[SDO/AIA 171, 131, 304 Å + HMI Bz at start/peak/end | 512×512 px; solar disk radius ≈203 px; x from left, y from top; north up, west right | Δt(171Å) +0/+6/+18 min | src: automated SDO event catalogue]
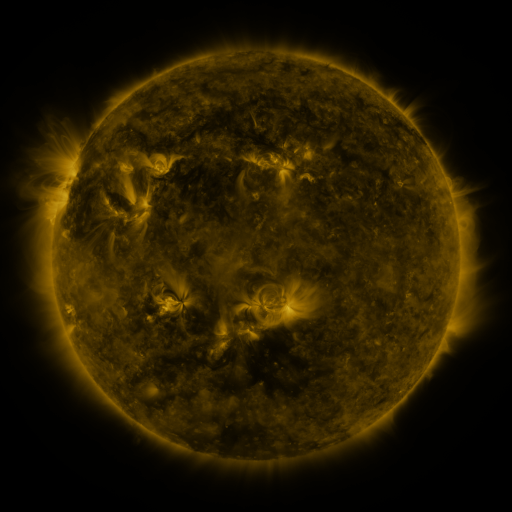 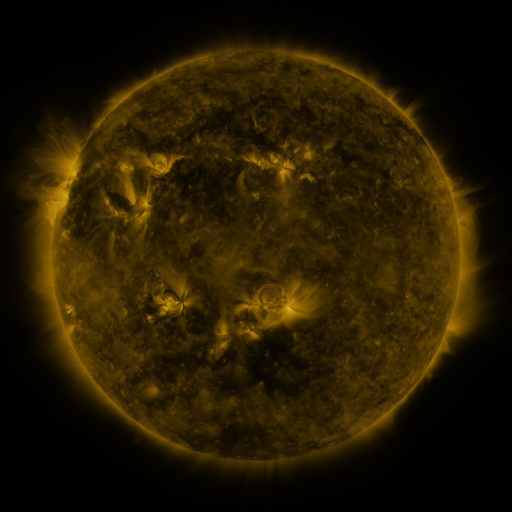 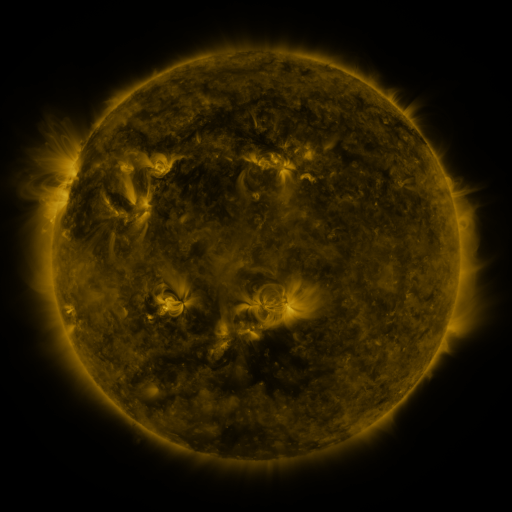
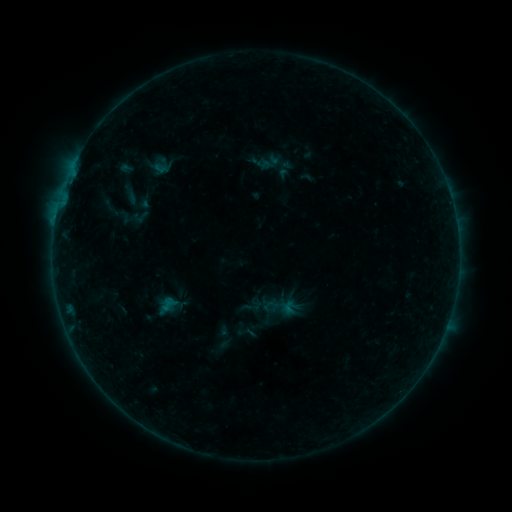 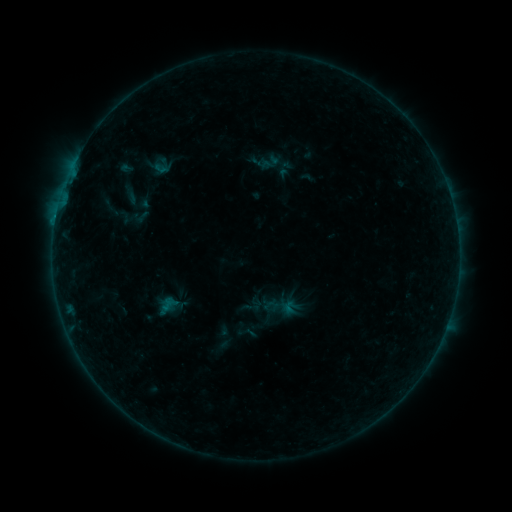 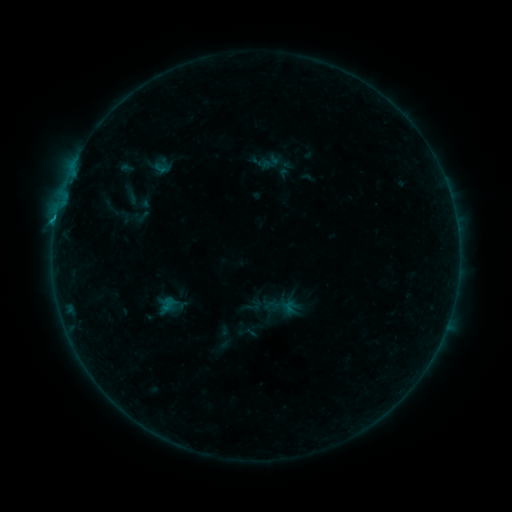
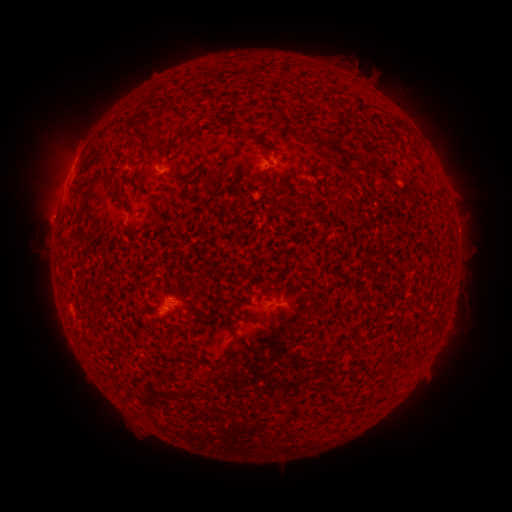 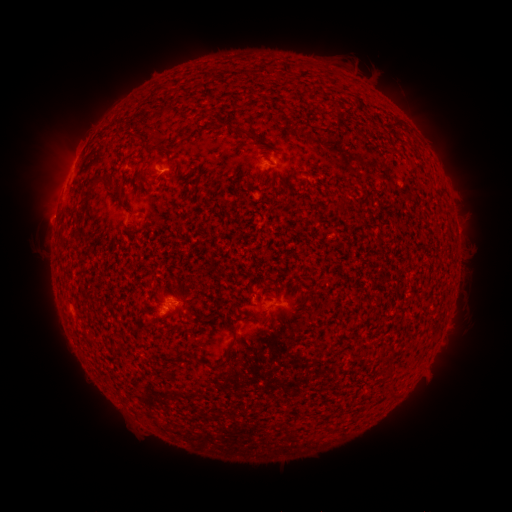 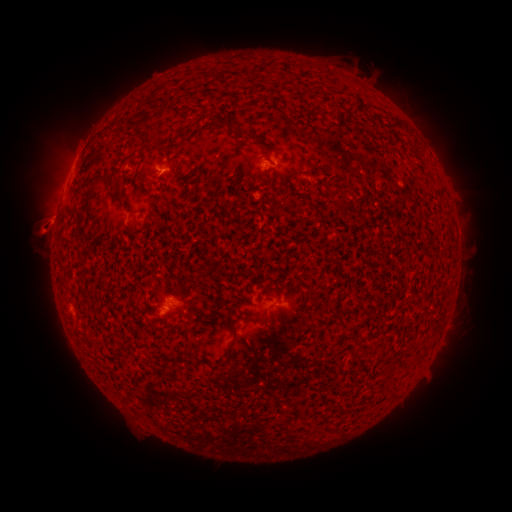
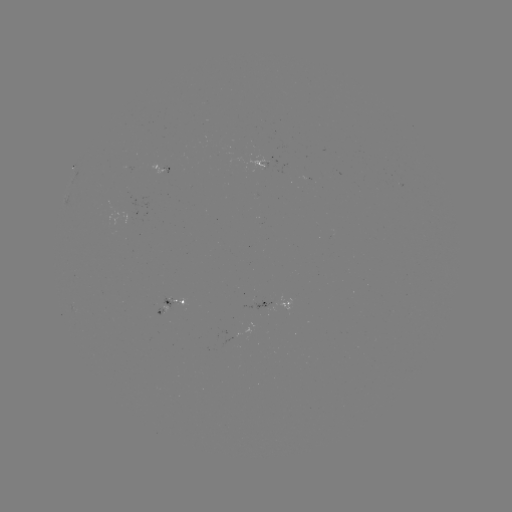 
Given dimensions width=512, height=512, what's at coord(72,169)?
B8.6 flare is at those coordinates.